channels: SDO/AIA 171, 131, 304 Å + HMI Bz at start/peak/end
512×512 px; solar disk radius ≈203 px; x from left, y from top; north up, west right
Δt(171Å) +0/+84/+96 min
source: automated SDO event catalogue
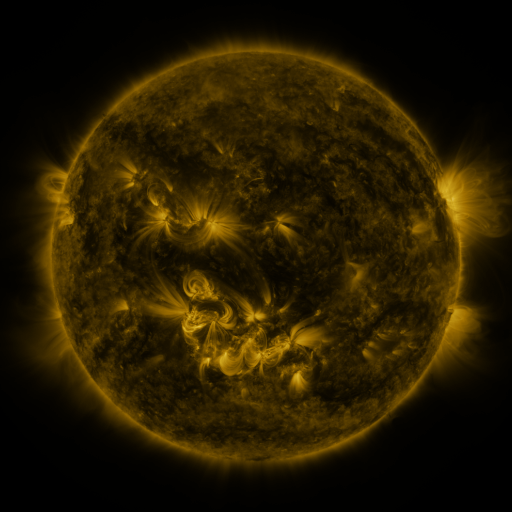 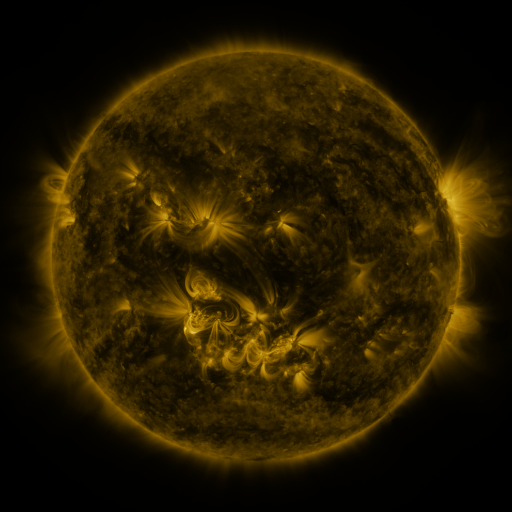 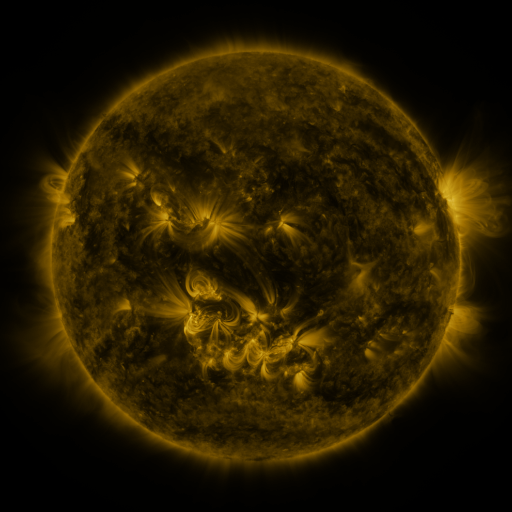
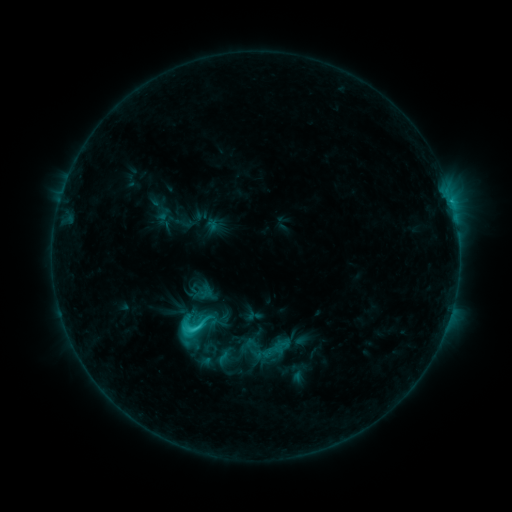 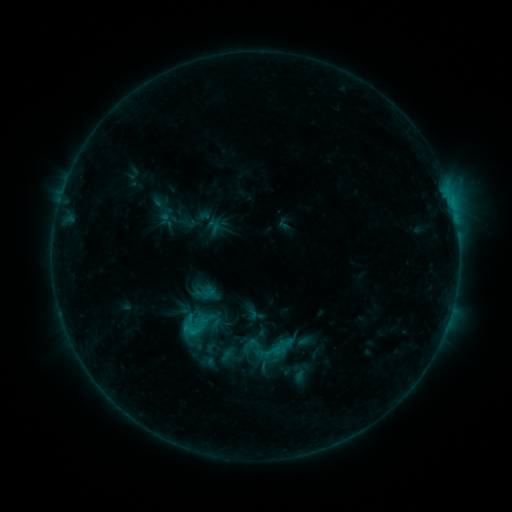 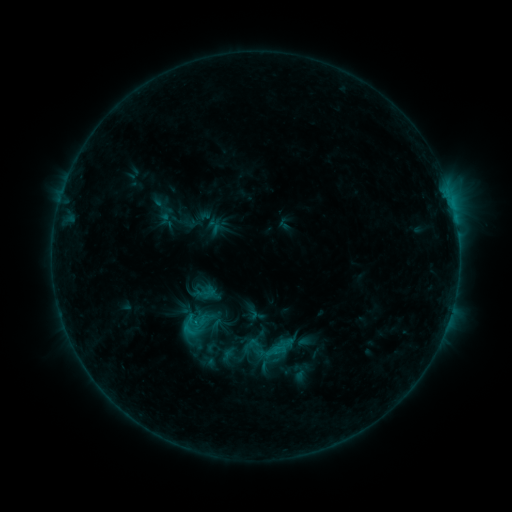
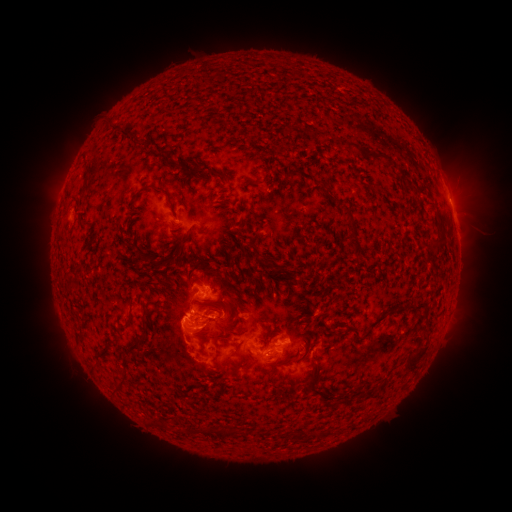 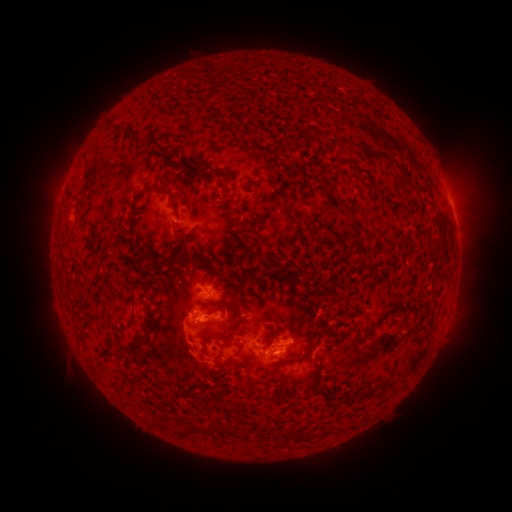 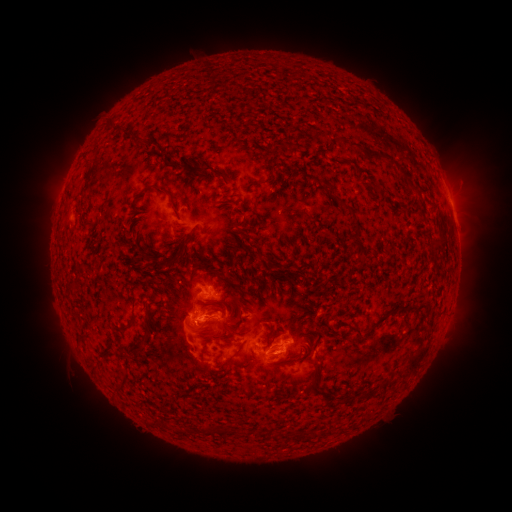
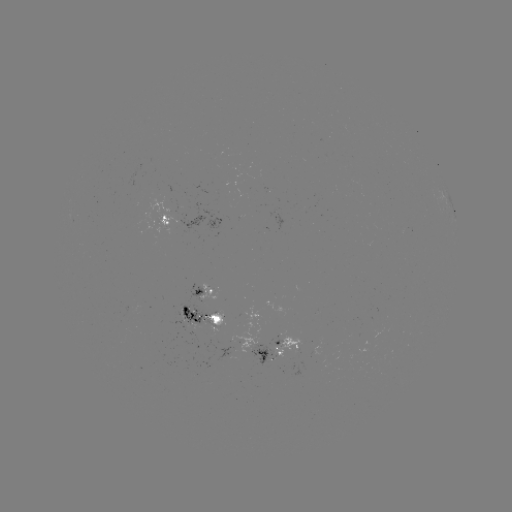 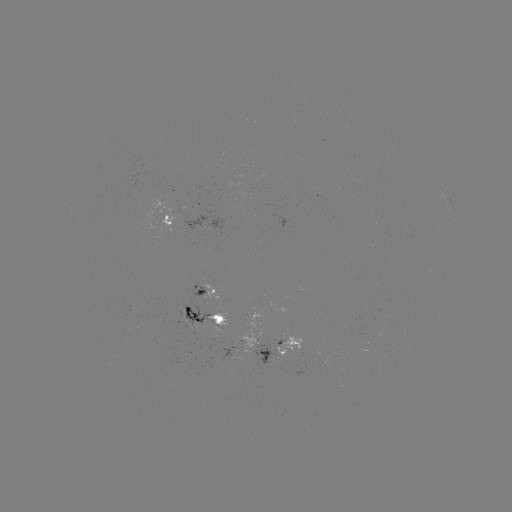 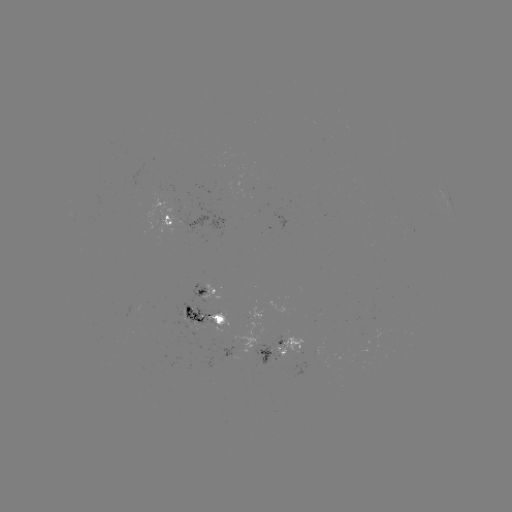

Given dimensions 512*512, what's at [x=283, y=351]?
emerging-flux region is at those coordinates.